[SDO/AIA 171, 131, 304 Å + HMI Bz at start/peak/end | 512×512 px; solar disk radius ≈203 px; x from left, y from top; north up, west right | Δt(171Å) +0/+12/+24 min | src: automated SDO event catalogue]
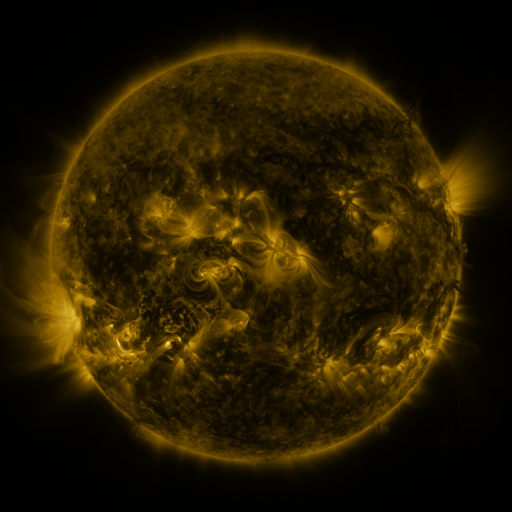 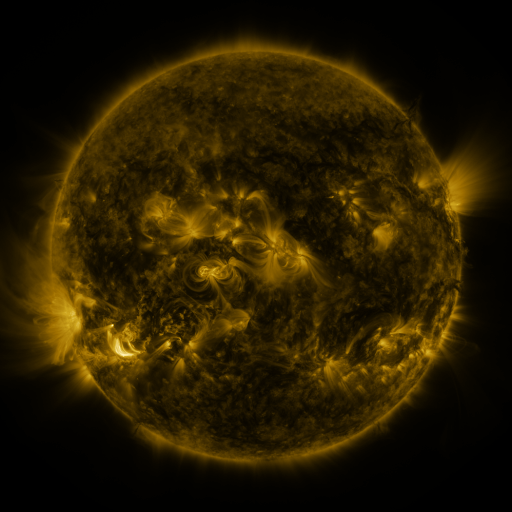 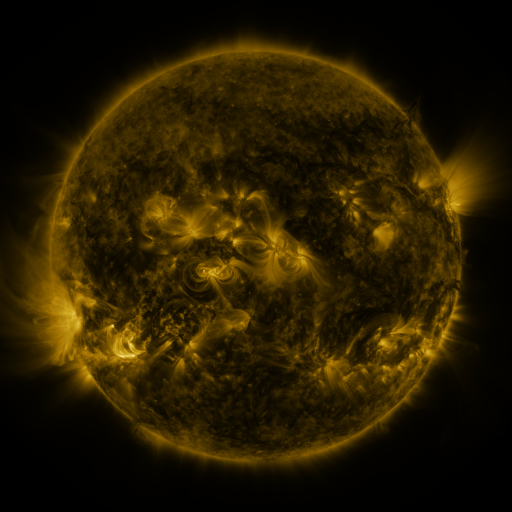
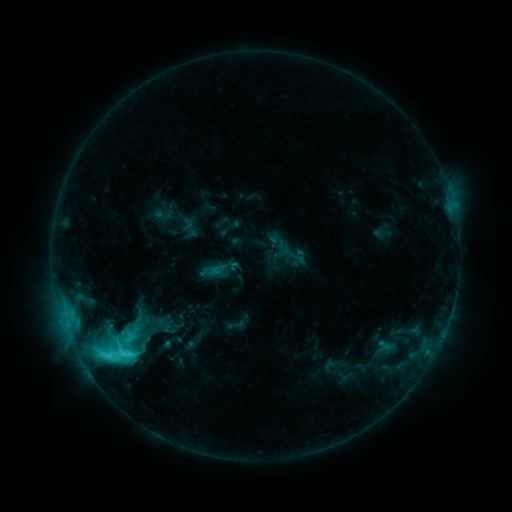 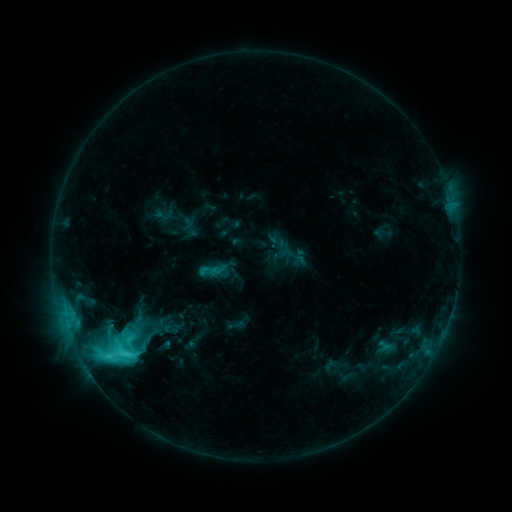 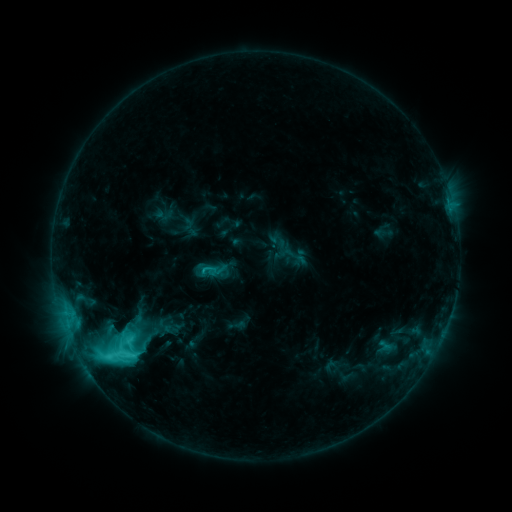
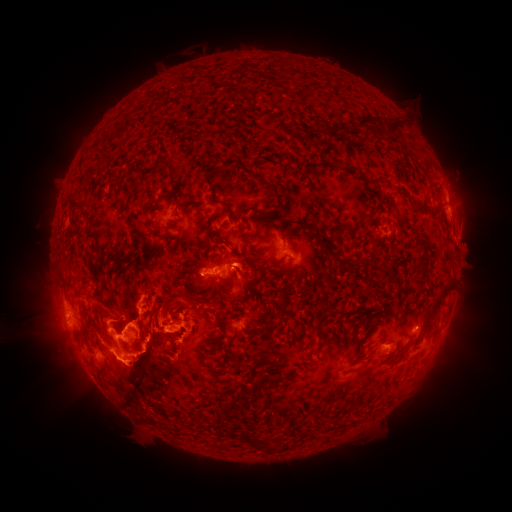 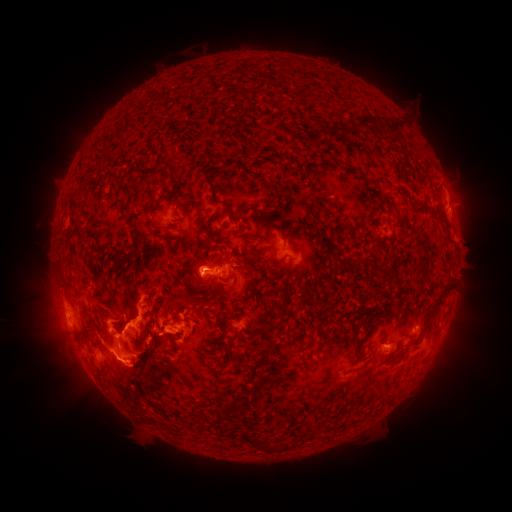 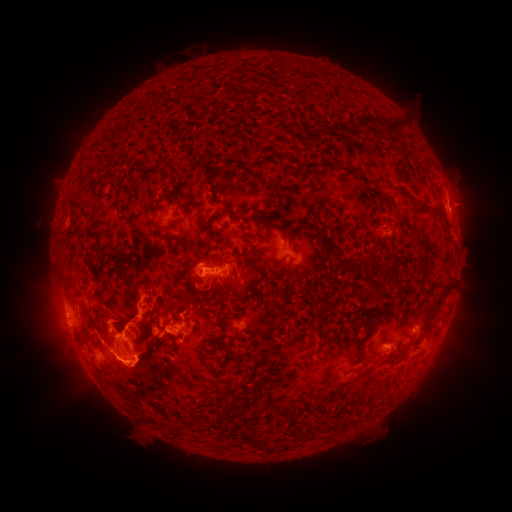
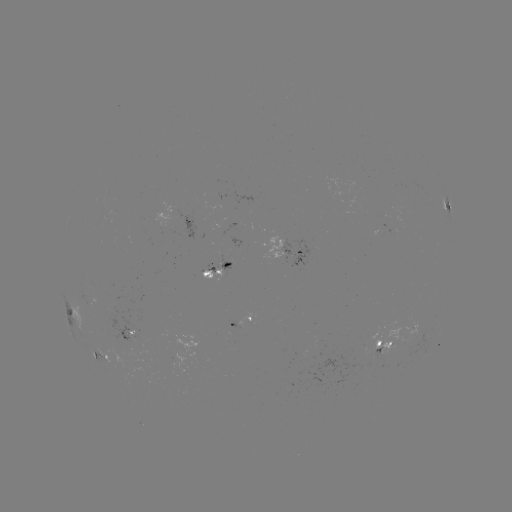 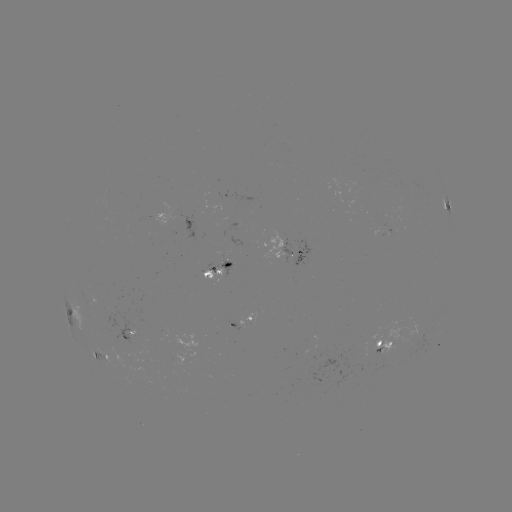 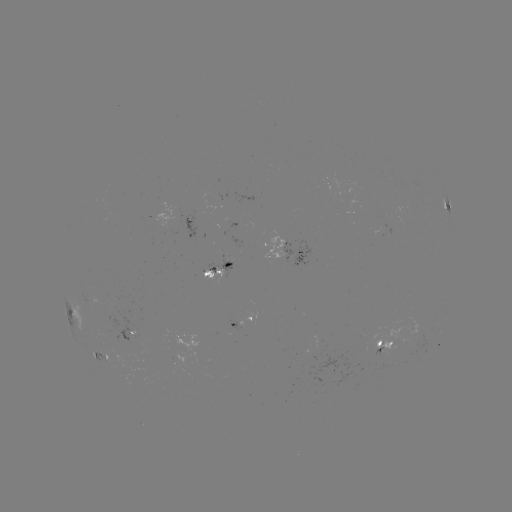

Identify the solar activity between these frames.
eruption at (148, 352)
